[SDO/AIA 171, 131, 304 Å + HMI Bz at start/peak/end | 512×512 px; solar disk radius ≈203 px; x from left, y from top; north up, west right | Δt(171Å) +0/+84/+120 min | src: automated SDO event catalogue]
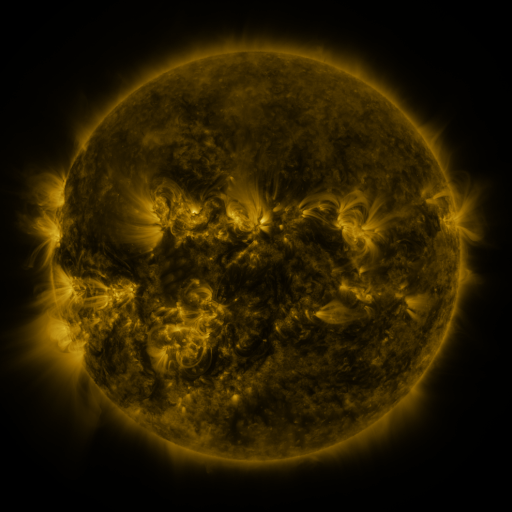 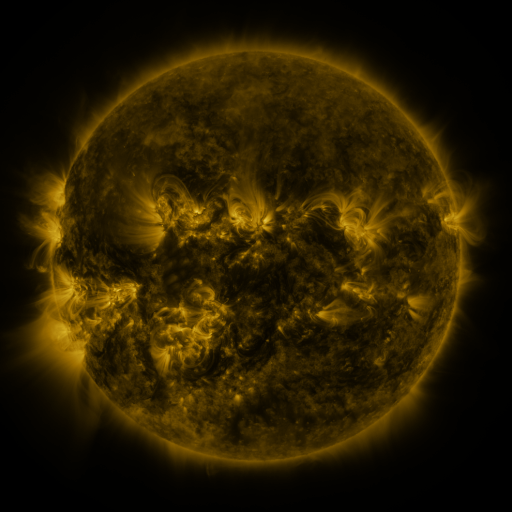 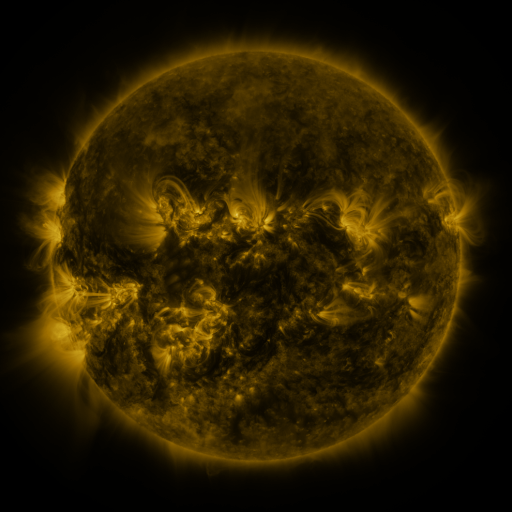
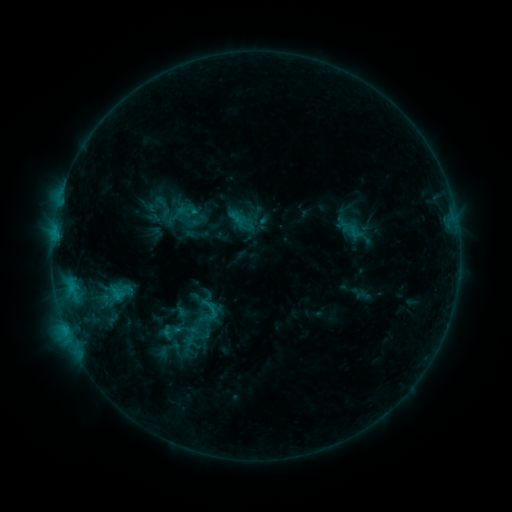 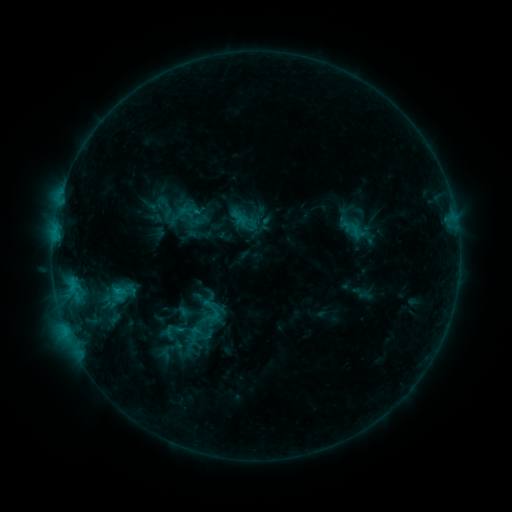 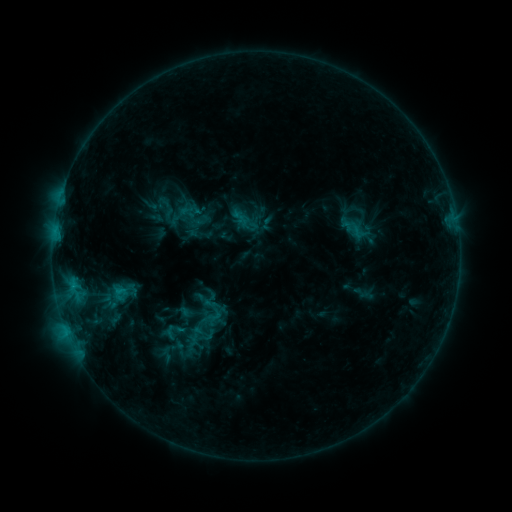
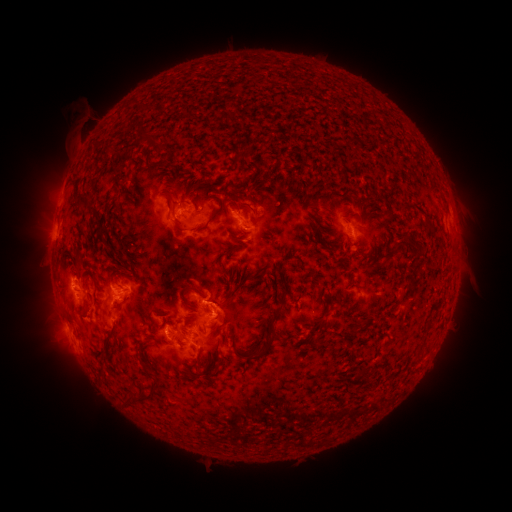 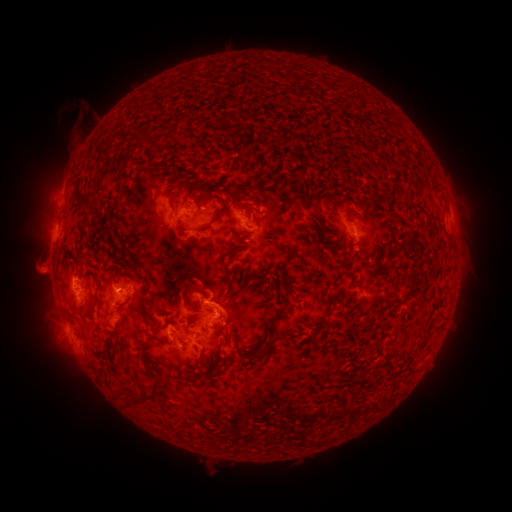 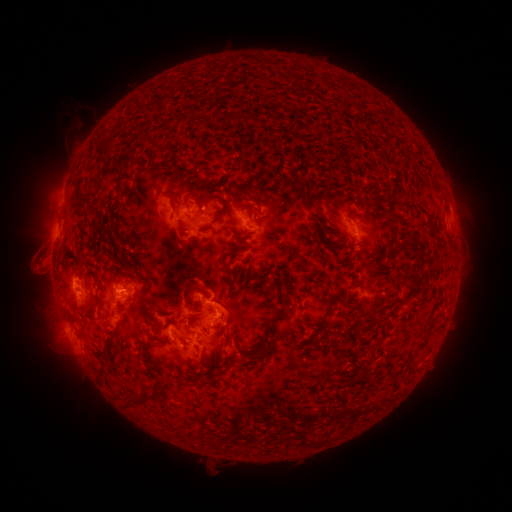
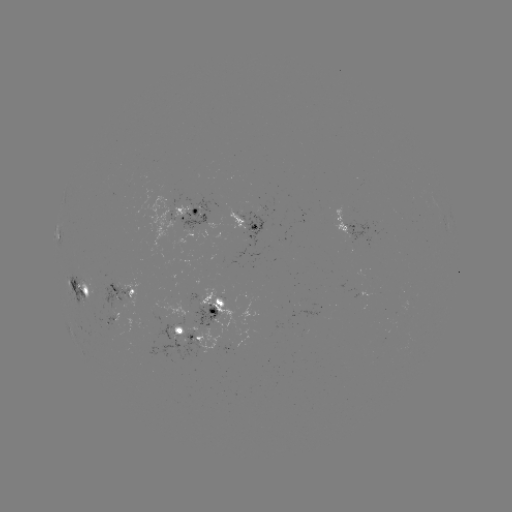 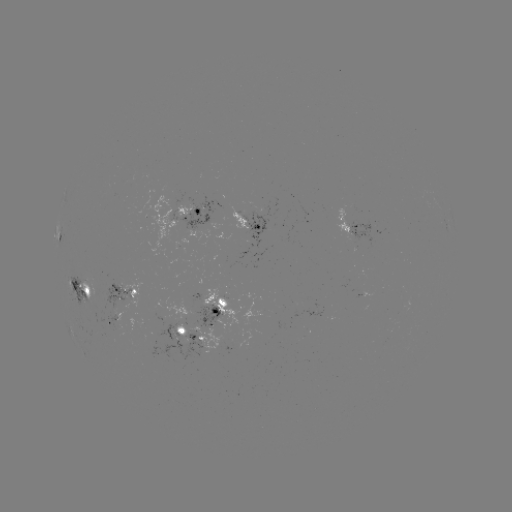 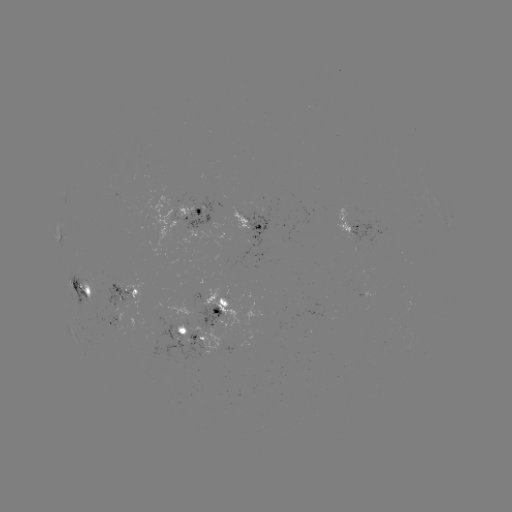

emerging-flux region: [343, 219, 375, 246]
